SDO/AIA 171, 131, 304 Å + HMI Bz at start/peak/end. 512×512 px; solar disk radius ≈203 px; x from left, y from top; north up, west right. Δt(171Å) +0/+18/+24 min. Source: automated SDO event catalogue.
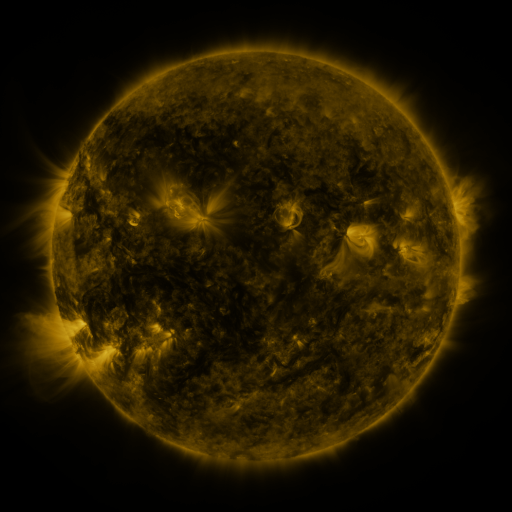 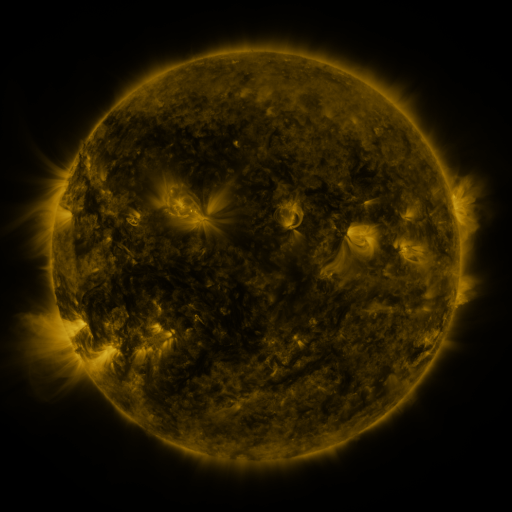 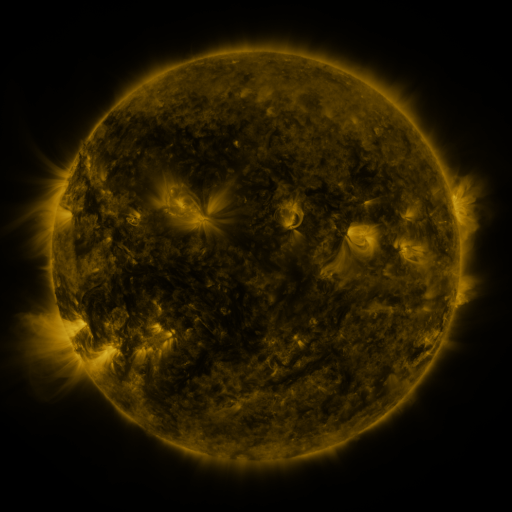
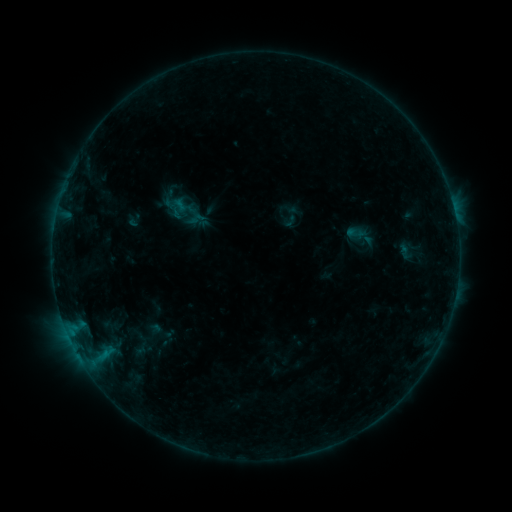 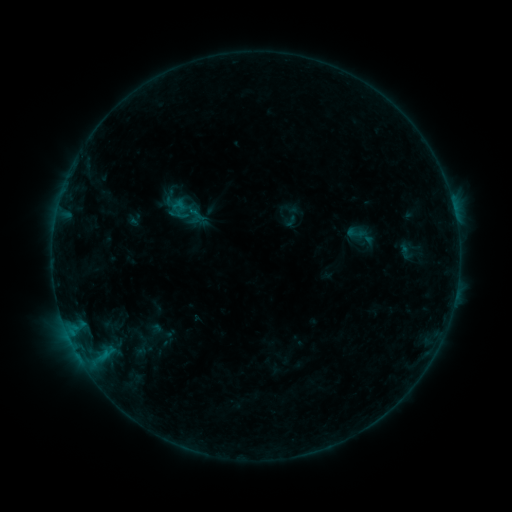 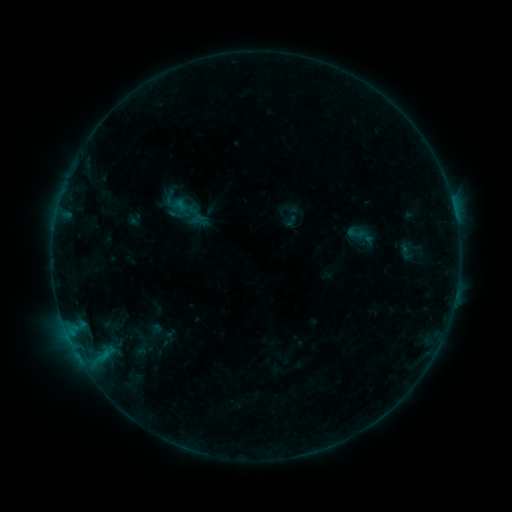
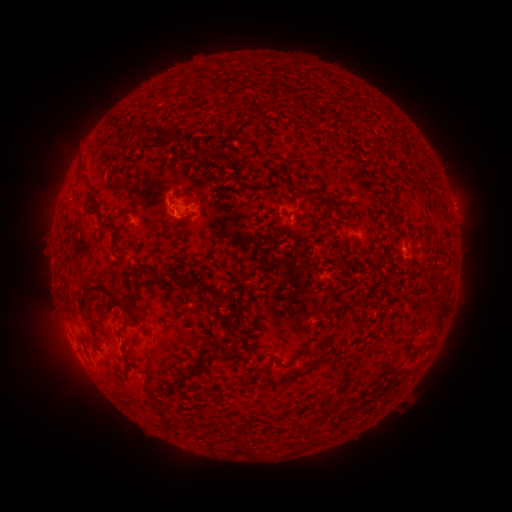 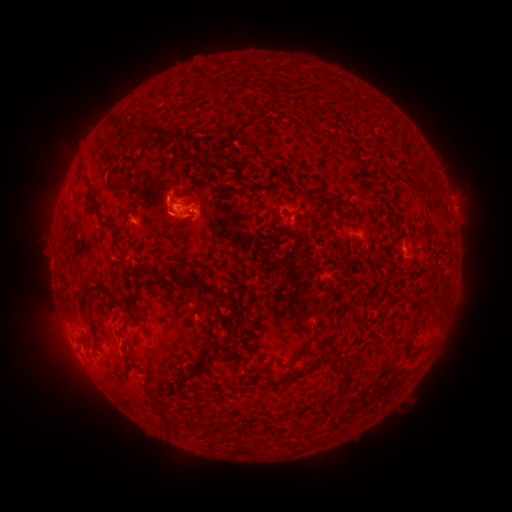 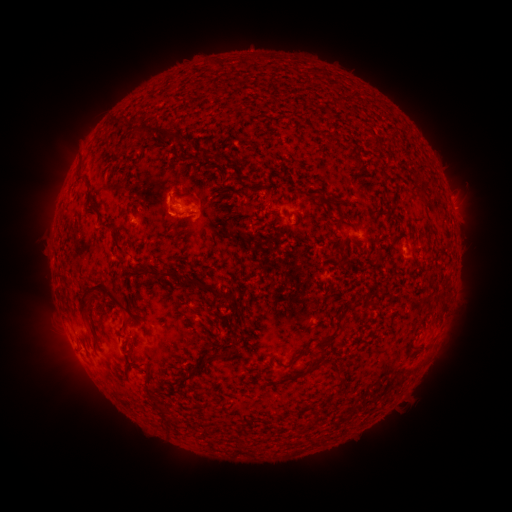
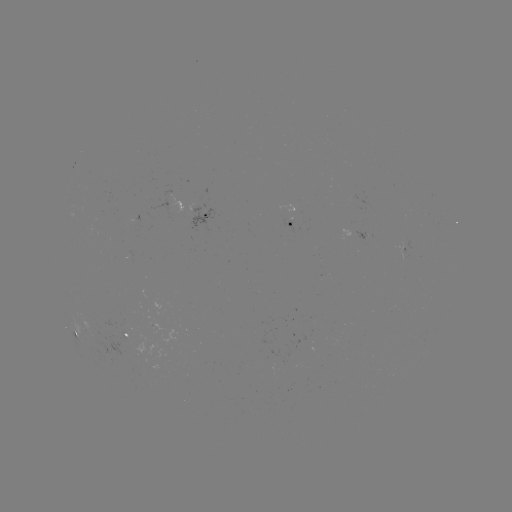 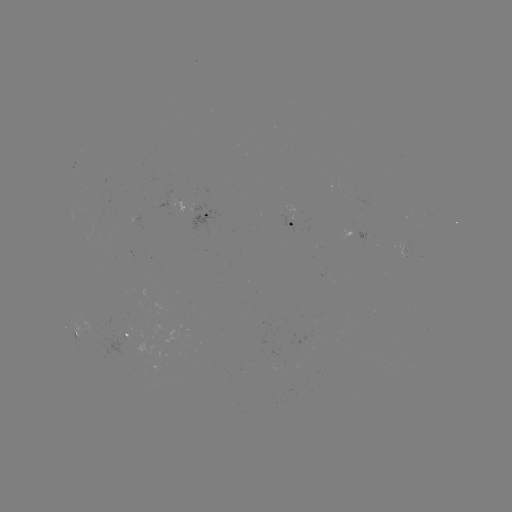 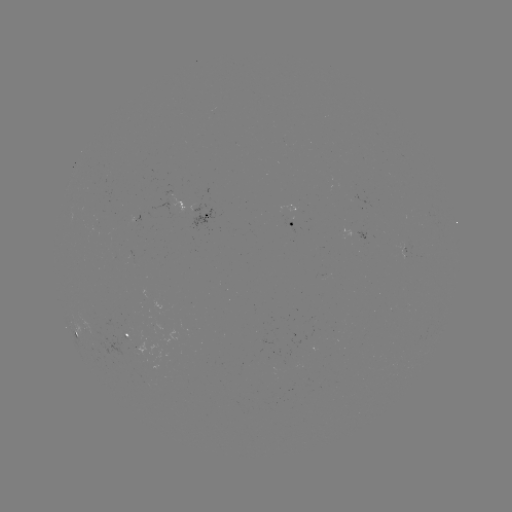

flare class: B2.8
